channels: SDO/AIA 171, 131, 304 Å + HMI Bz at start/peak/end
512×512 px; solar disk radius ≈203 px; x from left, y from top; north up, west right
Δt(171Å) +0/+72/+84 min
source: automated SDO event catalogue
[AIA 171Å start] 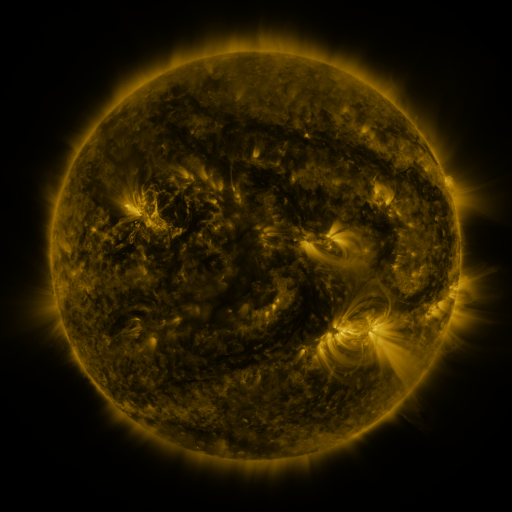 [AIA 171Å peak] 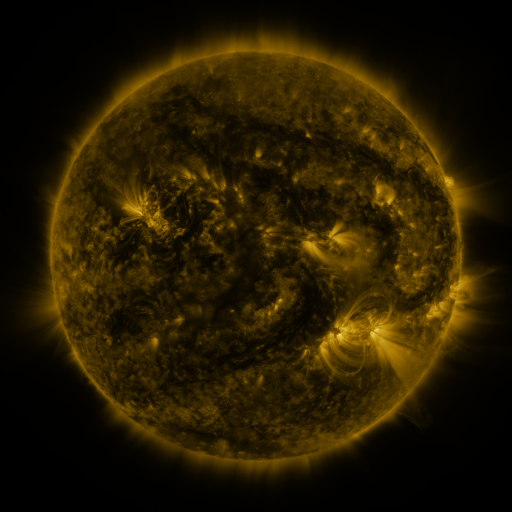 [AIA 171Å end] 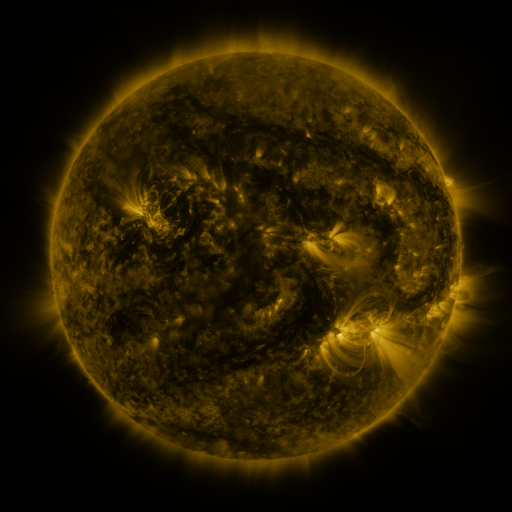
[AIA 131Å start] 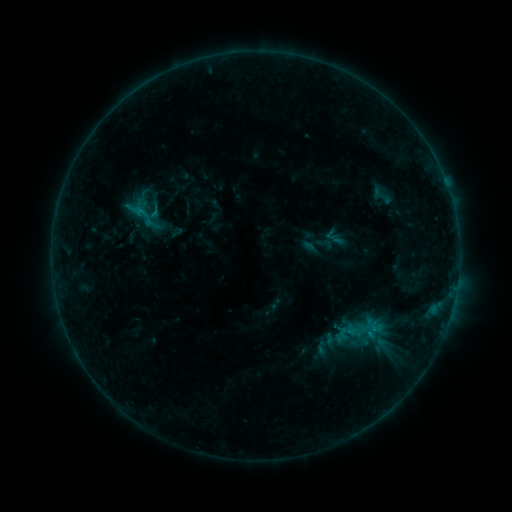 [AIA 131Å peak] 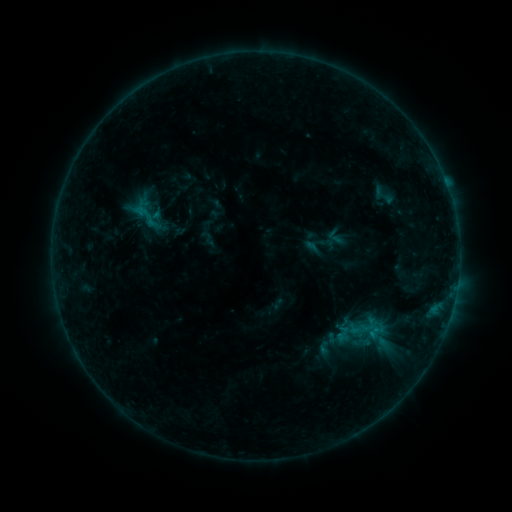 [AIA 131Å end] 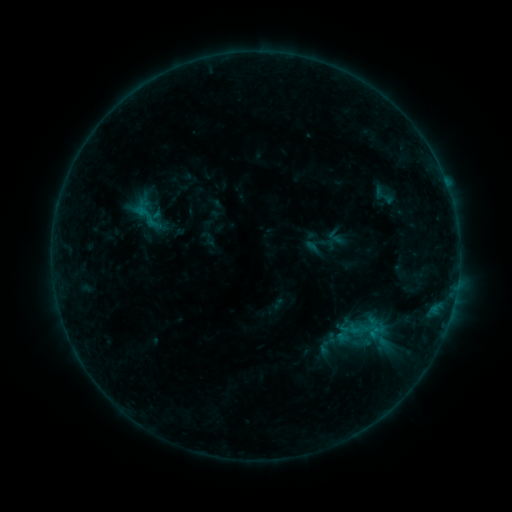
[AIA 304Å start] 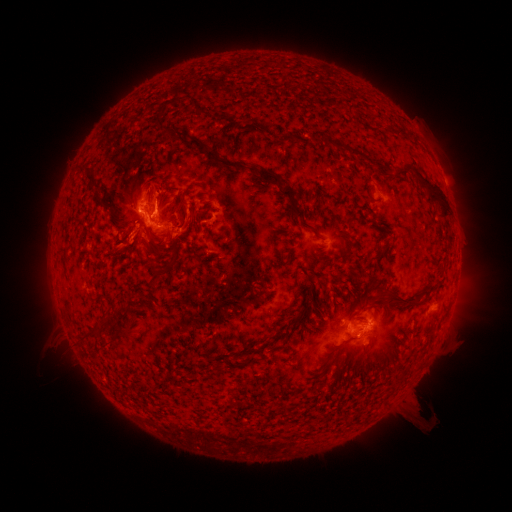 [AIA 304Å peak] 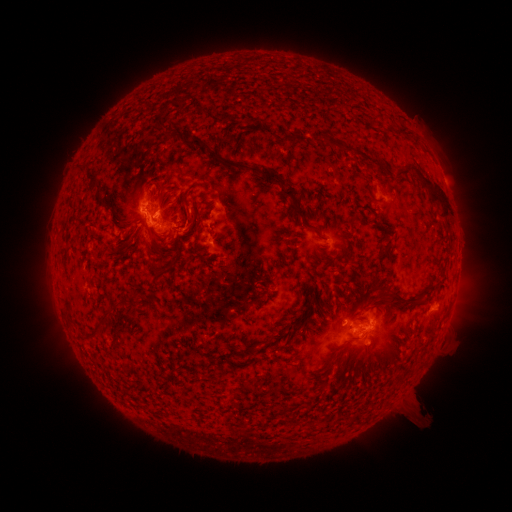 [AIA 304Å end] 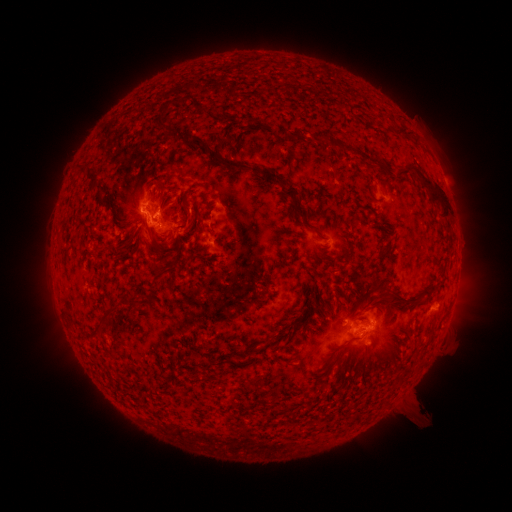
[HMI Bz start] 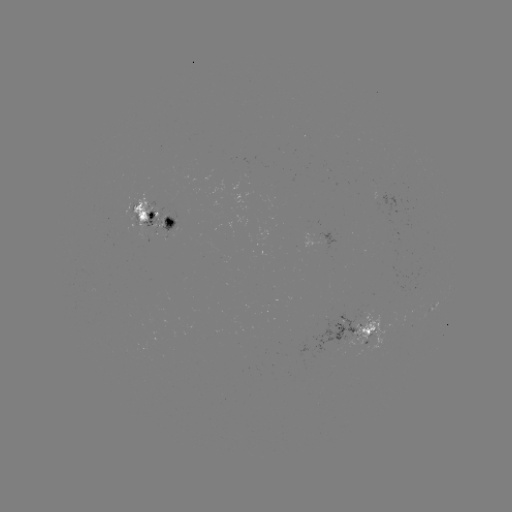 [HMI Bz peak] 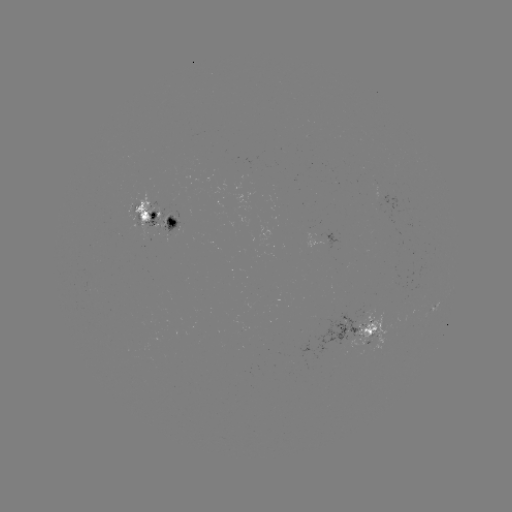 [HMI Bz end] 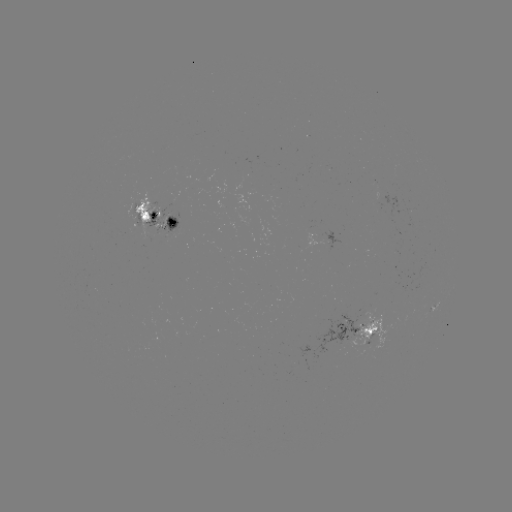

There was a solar emerging-flux region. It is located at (248, 167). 